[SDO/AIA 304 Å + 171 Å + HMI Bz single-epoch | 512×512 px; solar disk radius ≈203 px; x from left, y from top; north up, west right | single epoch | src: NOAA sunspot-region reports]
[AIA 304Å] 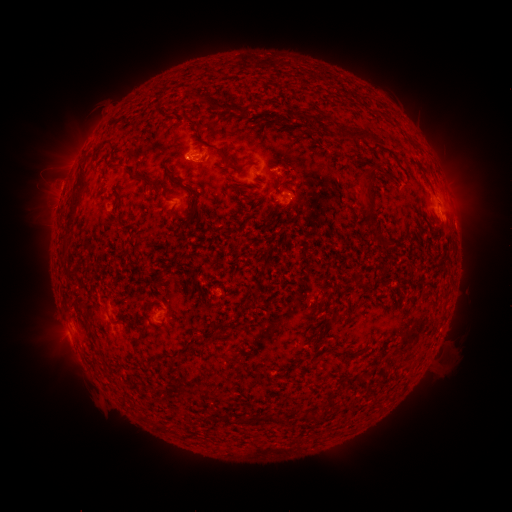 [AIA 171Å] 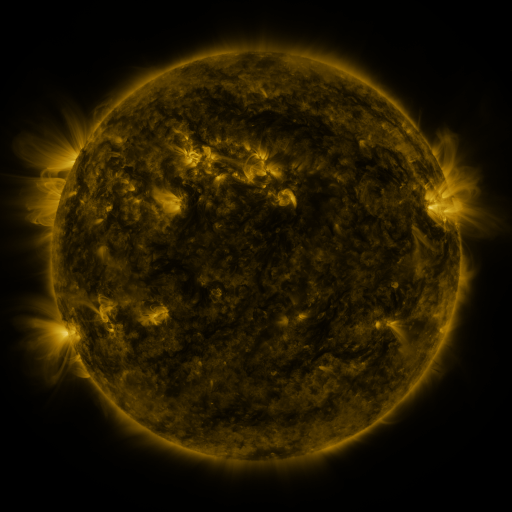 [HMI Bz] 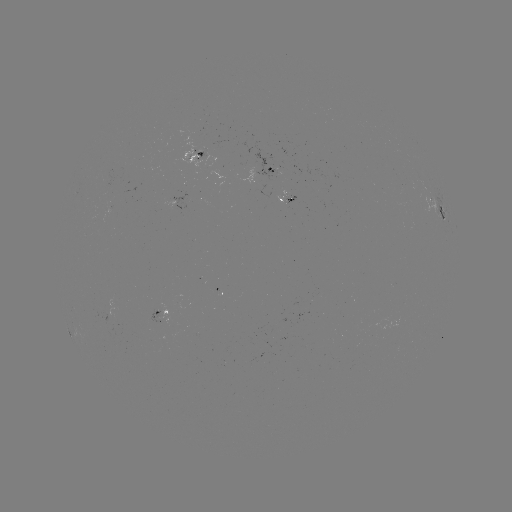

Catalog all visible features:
spotted active region: (199, 153)
spotted active region: (275, 168)
spotted active region: (283, 195)
spotted active region: (439, 207)
spotted active region: (165, 312)
